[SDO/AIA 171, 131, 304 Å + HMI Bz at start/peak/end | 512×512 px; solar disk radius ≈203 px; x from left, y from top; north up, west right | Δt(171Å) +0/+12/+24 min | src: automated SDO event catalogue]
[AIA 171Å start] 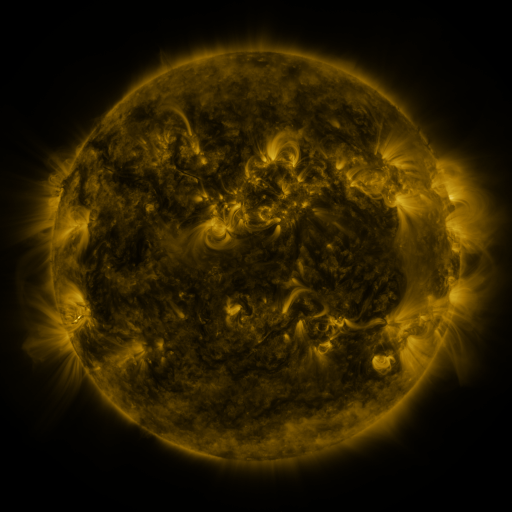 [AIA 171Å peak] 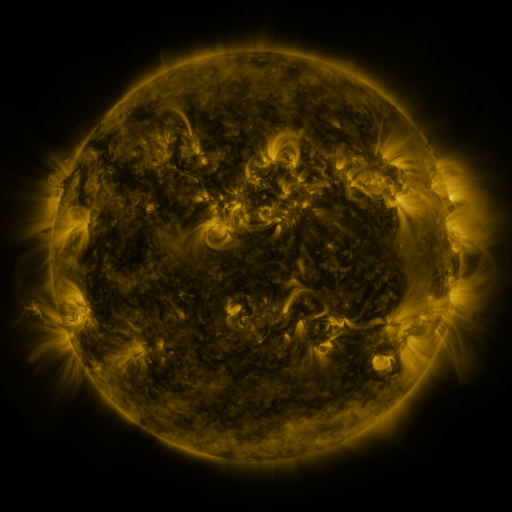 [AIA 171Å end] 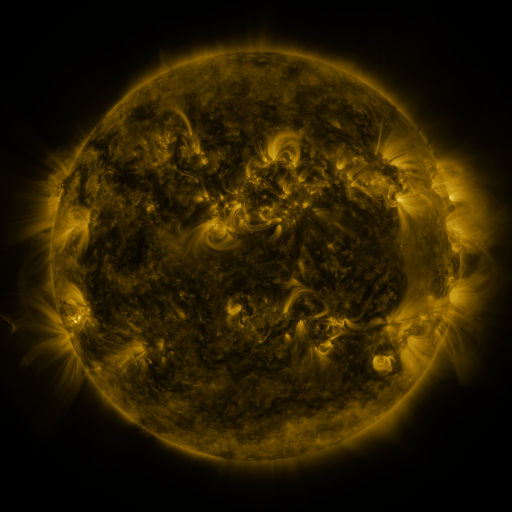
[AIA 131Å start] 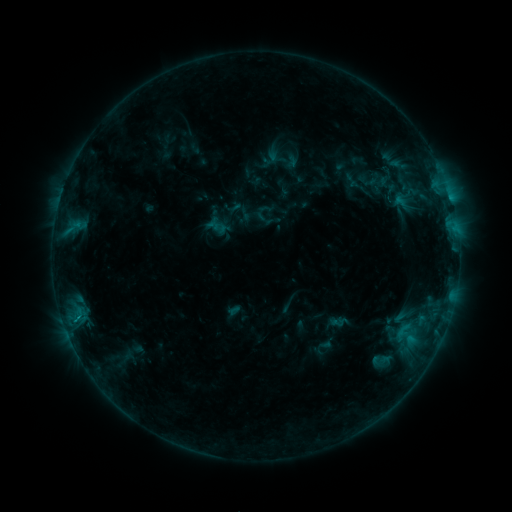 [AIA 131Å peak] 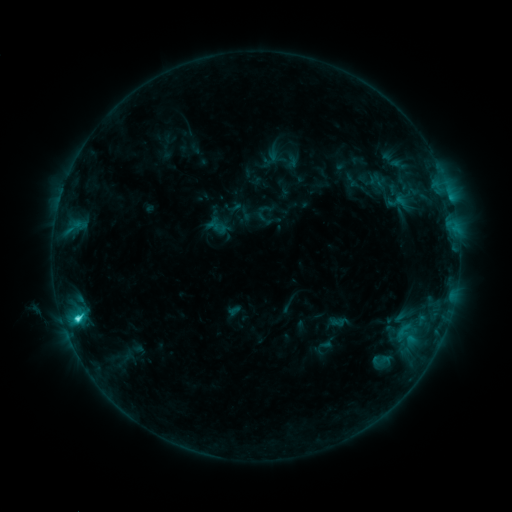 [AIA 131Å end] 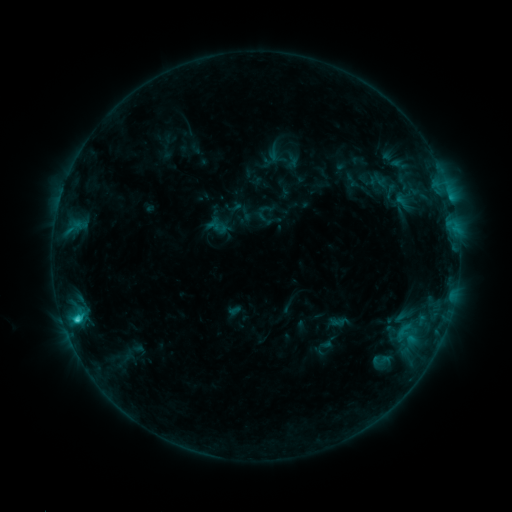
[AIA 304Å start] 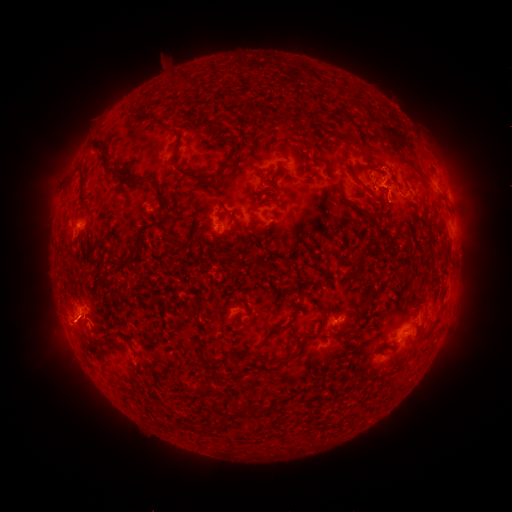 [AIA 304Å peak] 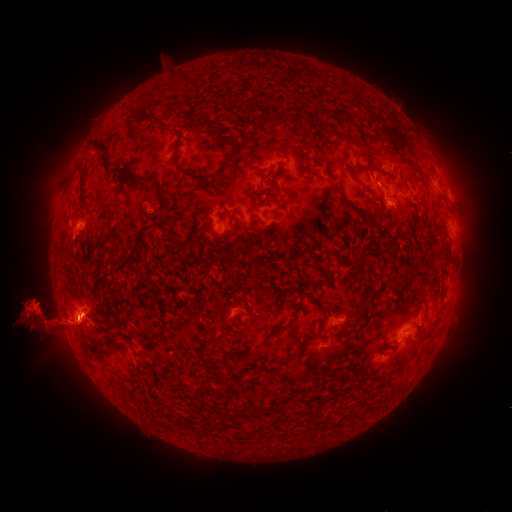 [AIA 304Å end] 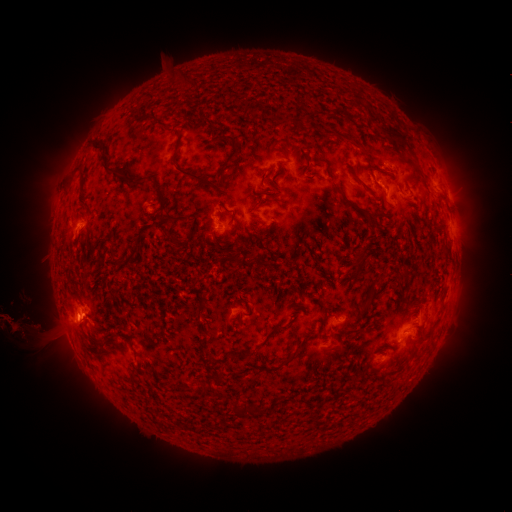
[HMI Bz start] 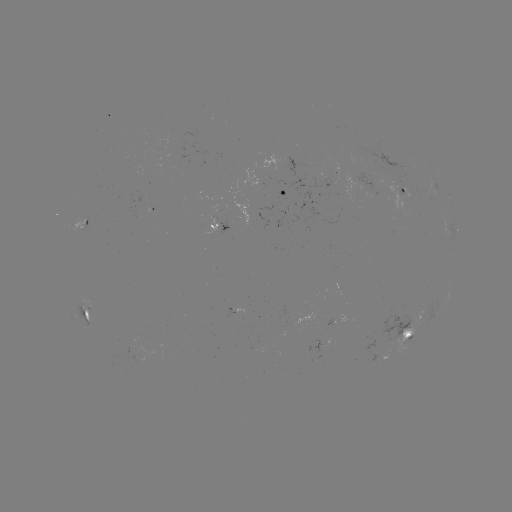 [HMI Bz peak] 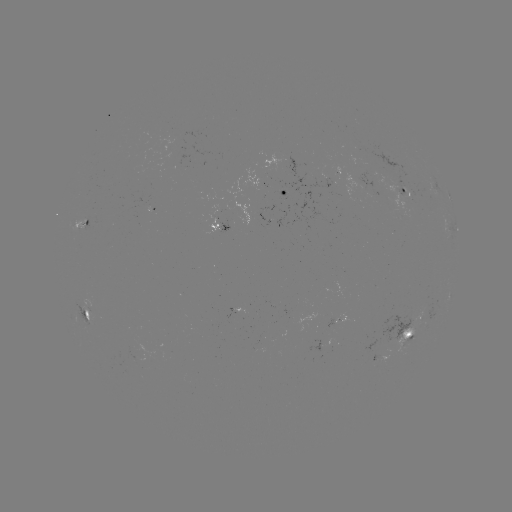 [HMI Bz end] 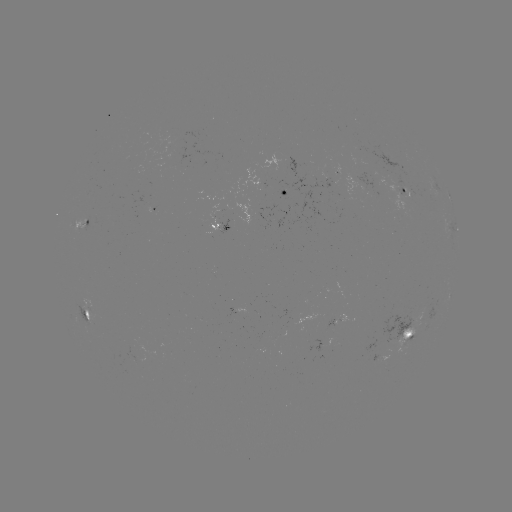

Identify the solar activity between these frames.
C3.1 flare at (77, 318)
